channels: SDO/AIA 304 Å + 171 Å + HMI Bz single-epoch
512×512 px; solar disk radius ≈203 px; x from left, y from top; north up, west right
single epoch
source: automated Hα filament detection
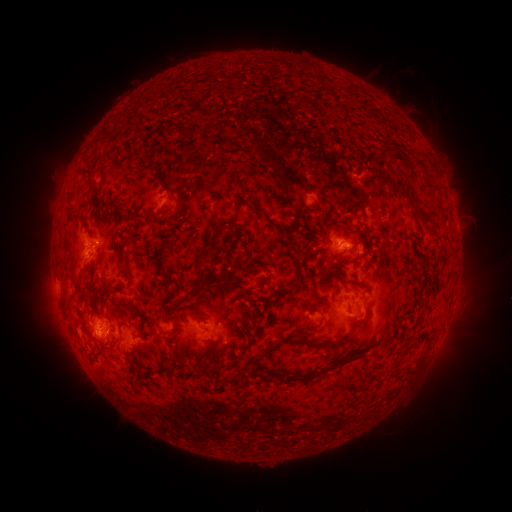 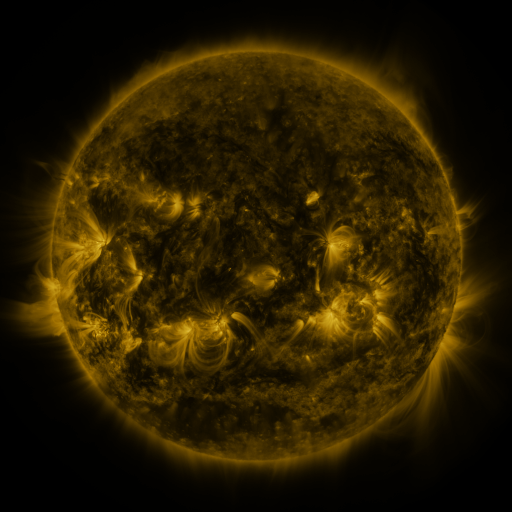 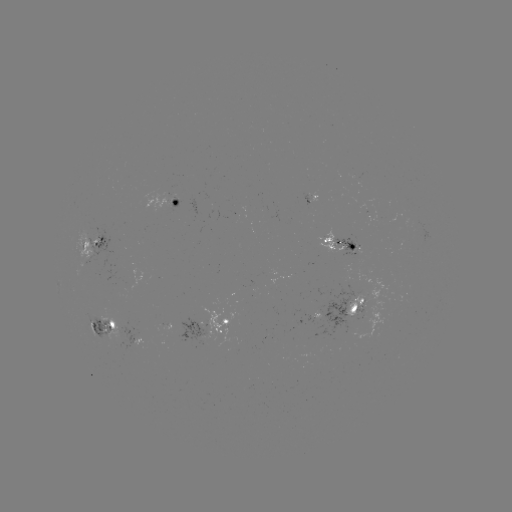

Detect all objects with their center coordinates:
filament: (385, 147)
filament: (272, 159)
filament: (293, 182)
filament: (73, 215)
filament: (418, 215)
filament: (264, 217)
filament: (234, 225)
filament: (356, 284)
filament: (291, 289)
filament: (353, 310)
filament: (196, 312)
filament: (325, 345)
filament: (333, 367)
filament: (259, 377)
filament: (395, 377)
